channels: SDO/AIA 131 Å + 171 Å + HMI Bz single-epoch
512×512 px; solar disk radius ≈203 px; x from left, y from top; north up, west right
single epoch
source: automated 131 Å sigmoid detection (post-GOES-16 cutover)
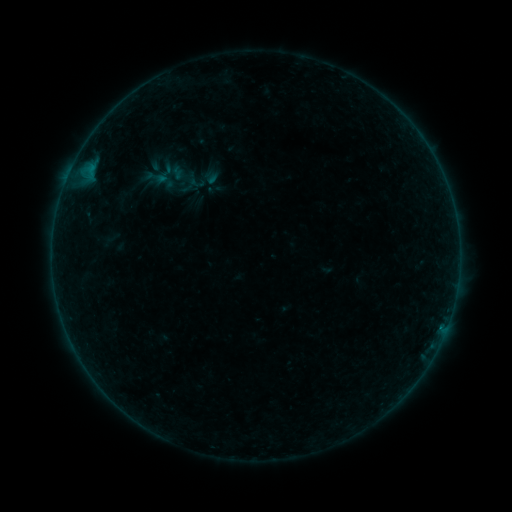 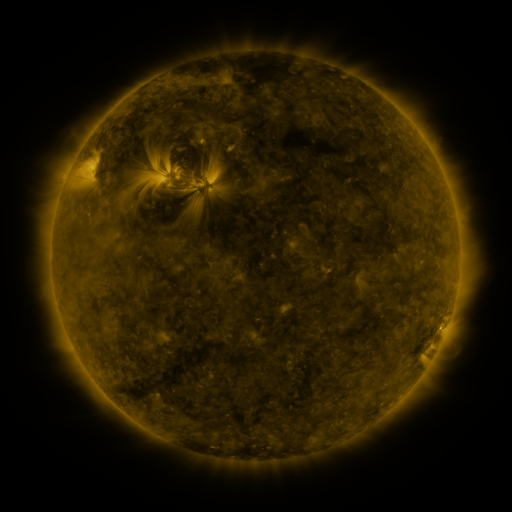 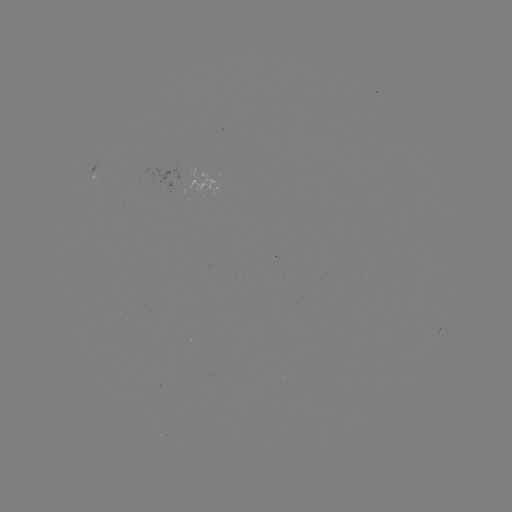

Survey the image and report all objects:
sigmoid: (164, 175)
